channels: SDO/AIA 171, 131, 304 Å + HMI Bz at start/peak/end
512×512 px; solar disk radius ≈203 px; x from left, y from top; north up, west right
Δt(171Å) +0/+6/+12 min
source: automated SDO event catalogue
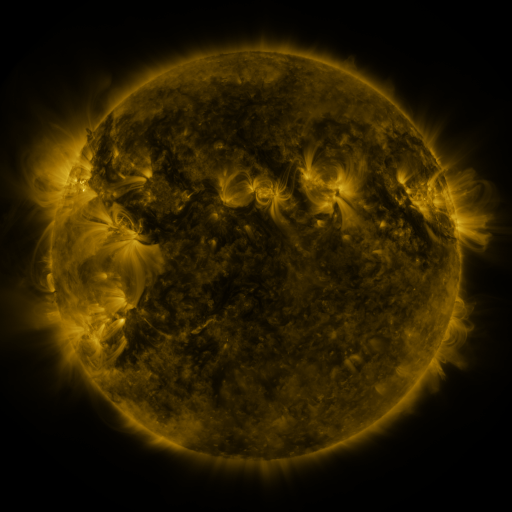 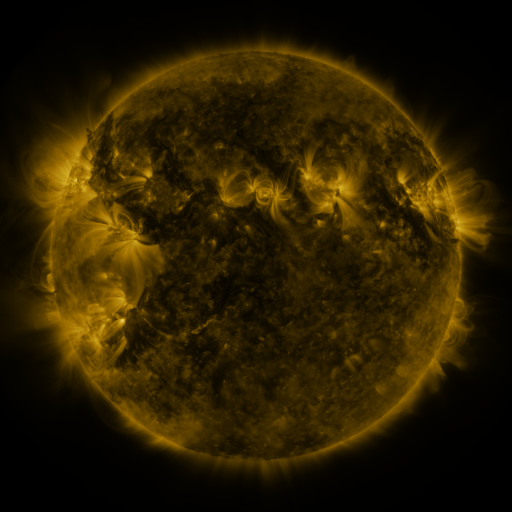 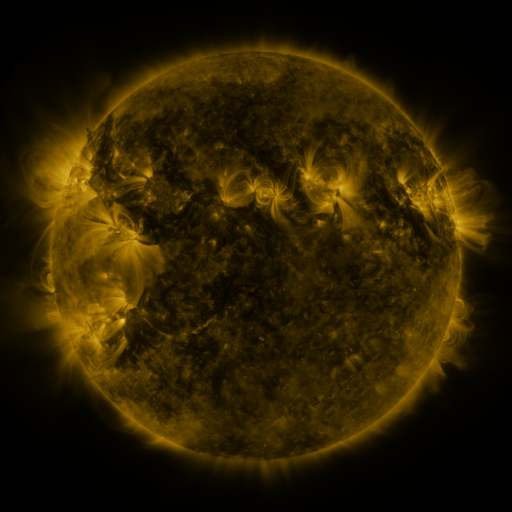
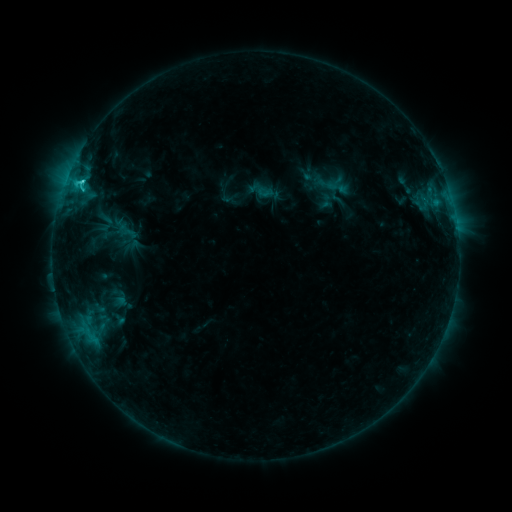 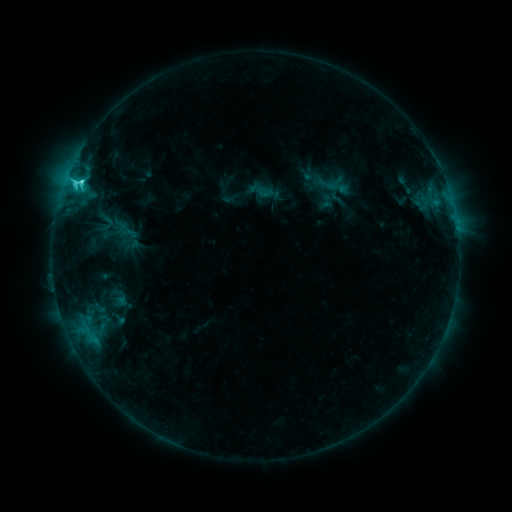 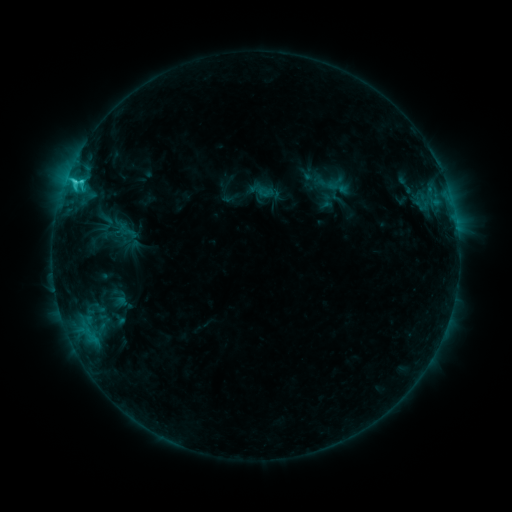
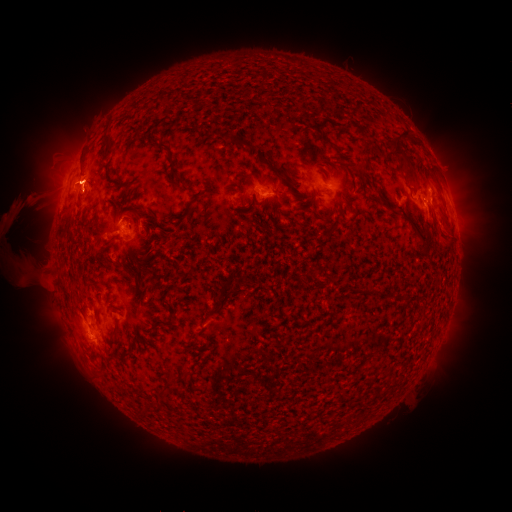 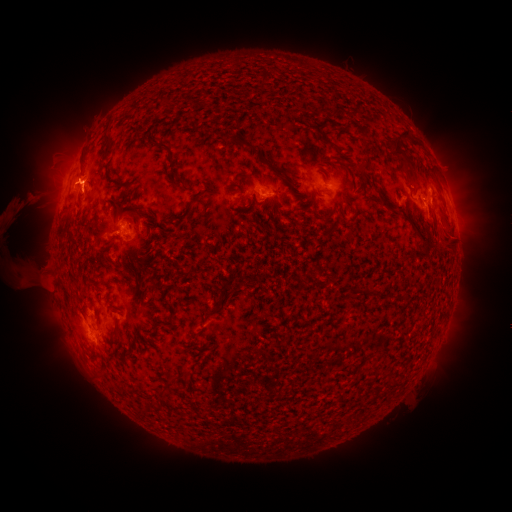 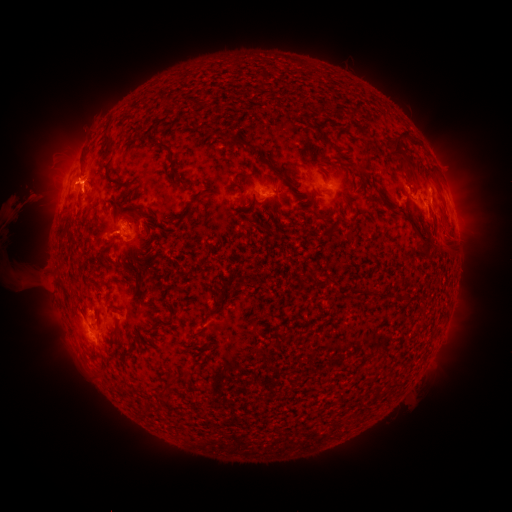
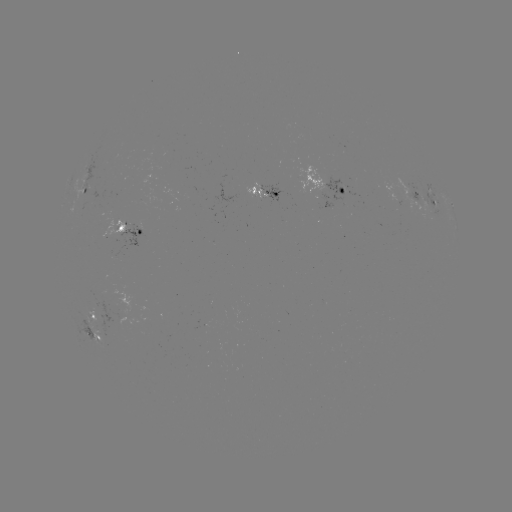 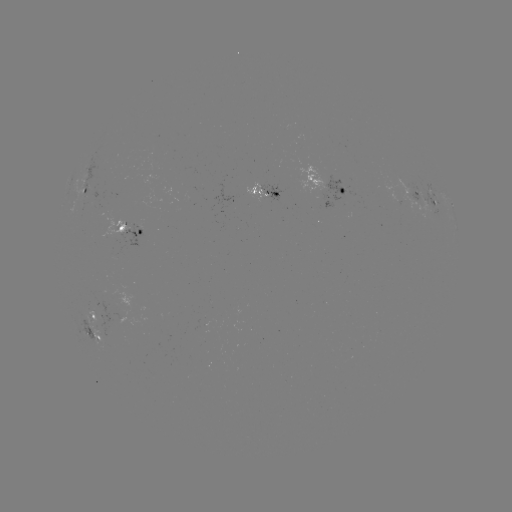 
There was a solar eruption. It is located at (27, 203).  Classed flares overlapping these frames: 1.